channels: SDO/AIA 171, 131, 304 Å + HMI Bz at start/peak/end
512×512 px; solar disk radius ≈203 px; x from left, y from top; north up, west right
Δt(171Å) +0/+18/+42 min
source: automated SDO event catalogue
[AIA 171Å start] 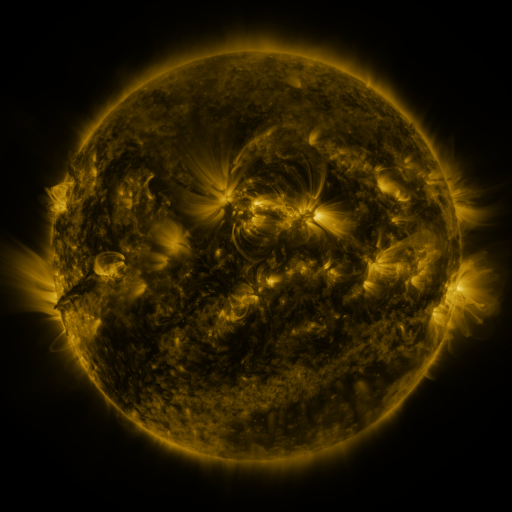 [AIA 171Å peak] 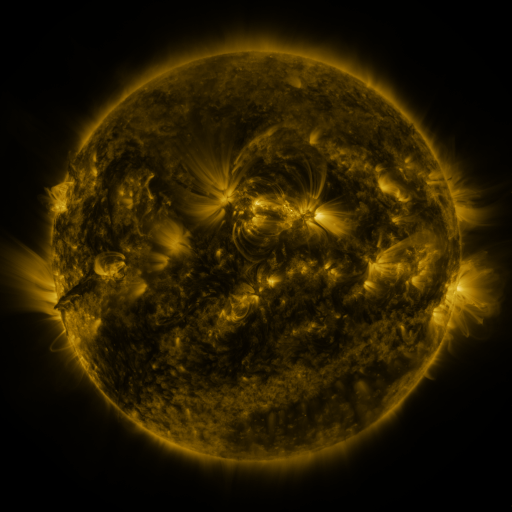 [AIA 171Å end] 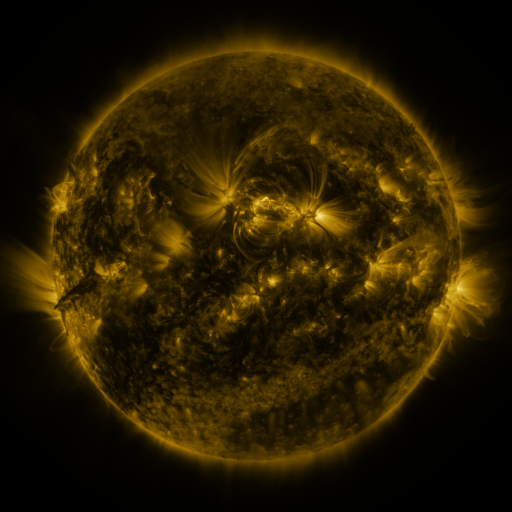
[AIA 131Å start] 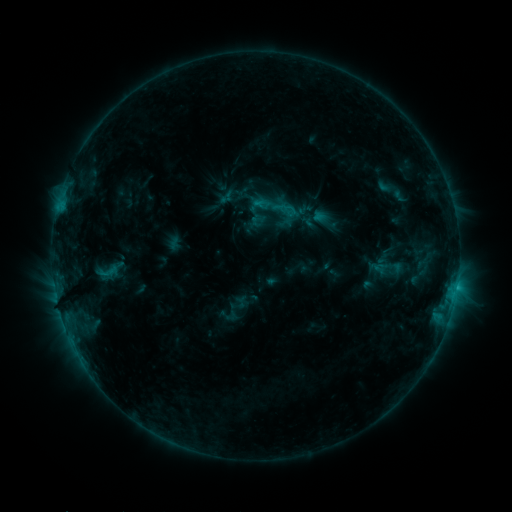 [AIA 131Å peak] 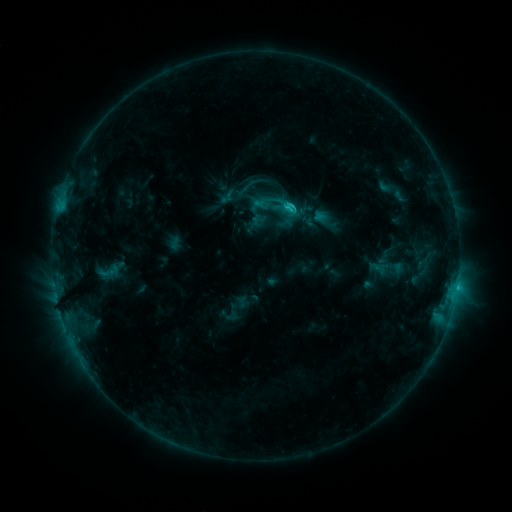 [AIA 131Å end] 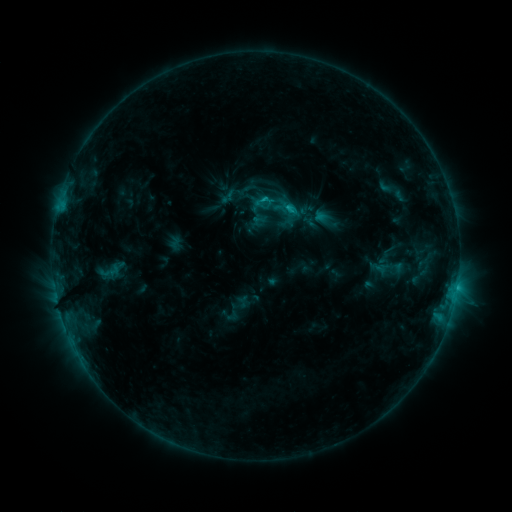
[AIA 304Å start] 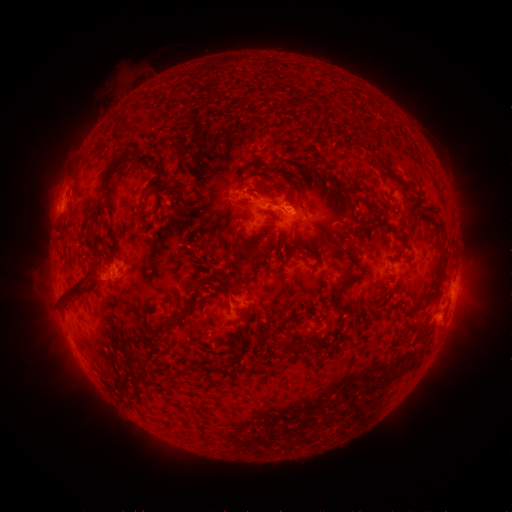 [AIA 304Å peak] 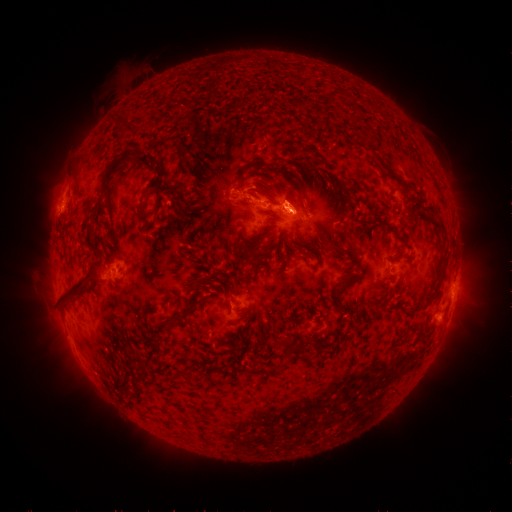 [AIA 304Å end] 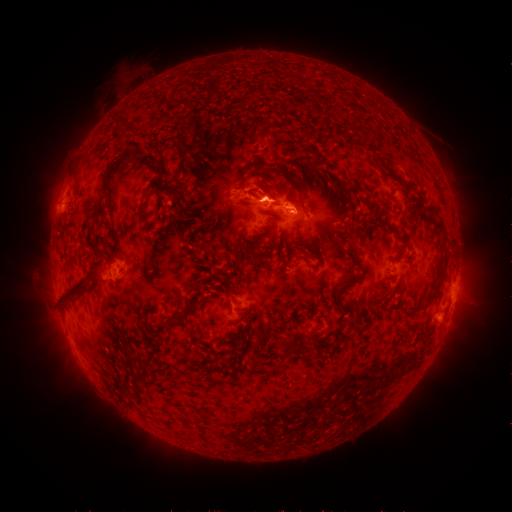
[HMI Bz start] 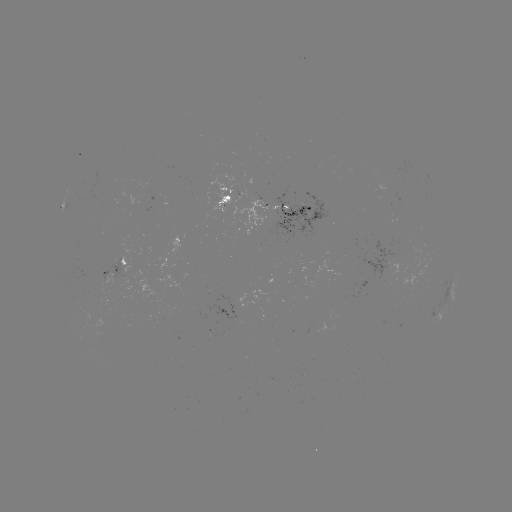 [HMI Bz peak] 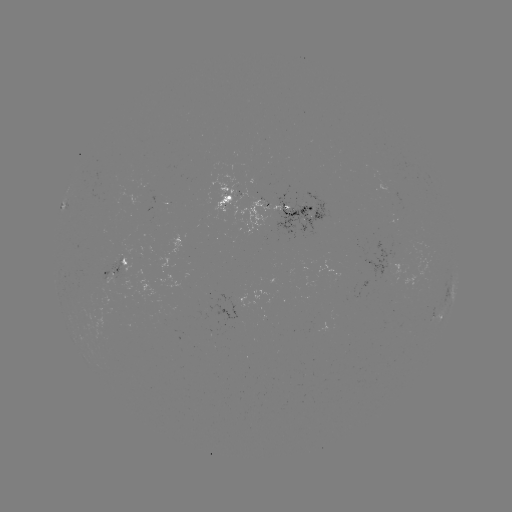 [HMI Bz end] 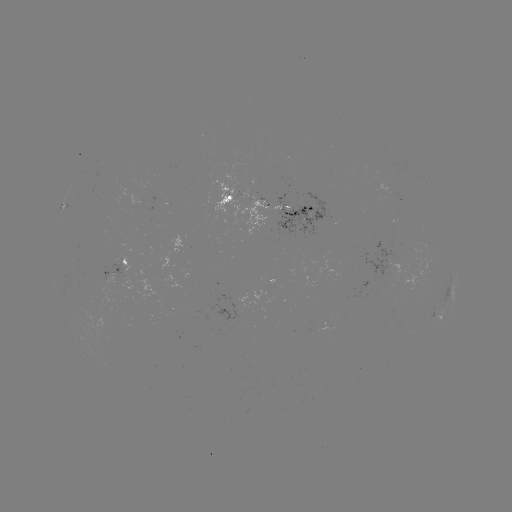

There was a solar flare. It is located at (284, 209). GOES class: C1.9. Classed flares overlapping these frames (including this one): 1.